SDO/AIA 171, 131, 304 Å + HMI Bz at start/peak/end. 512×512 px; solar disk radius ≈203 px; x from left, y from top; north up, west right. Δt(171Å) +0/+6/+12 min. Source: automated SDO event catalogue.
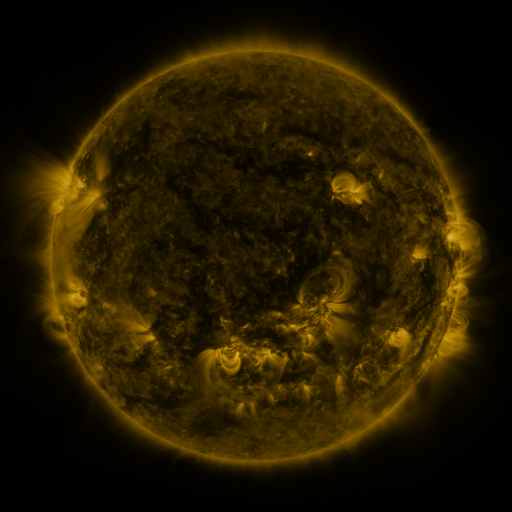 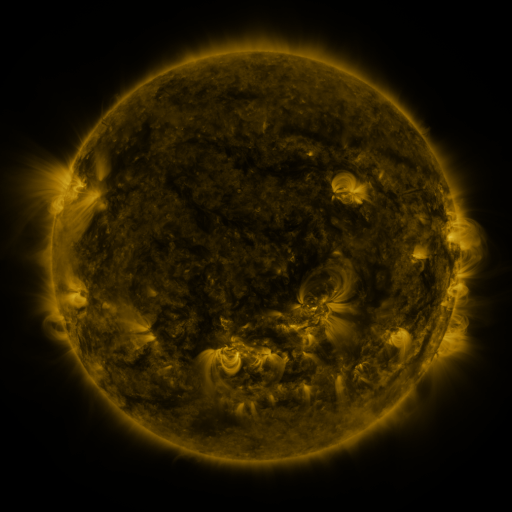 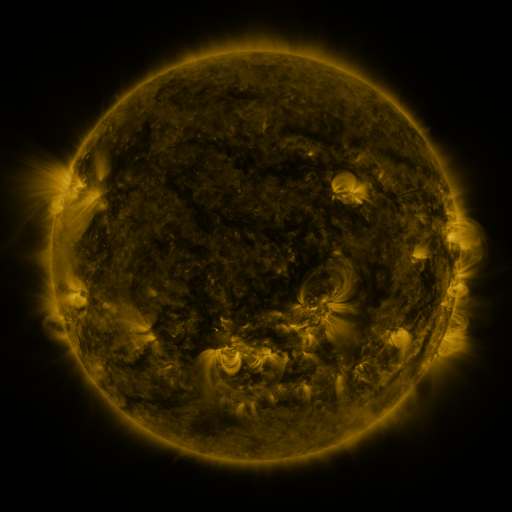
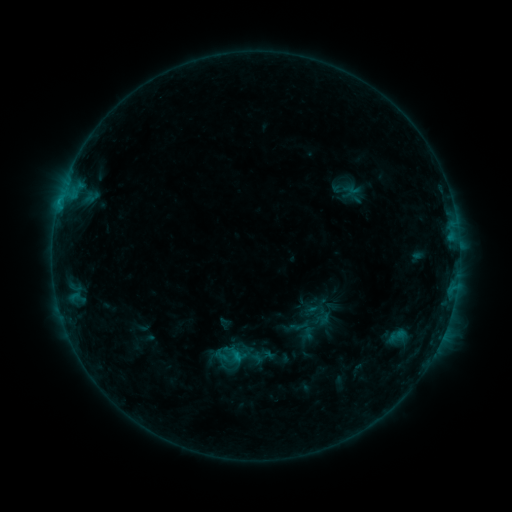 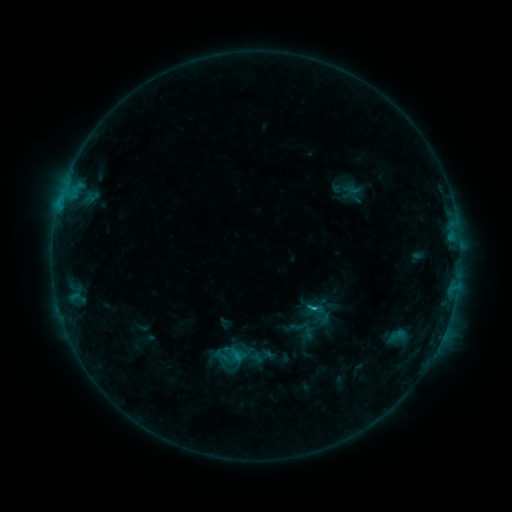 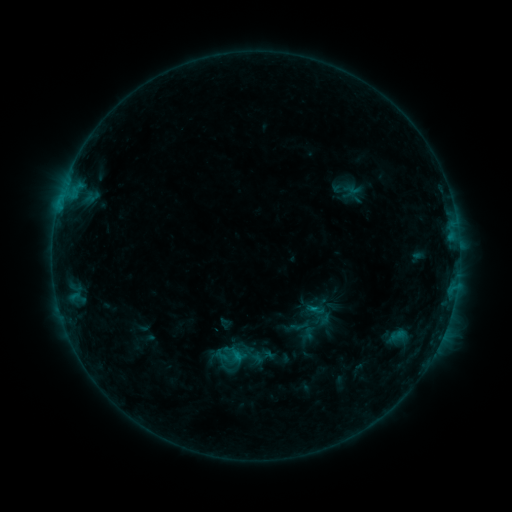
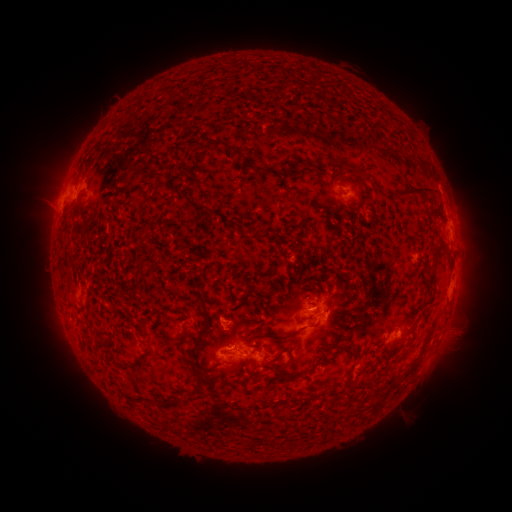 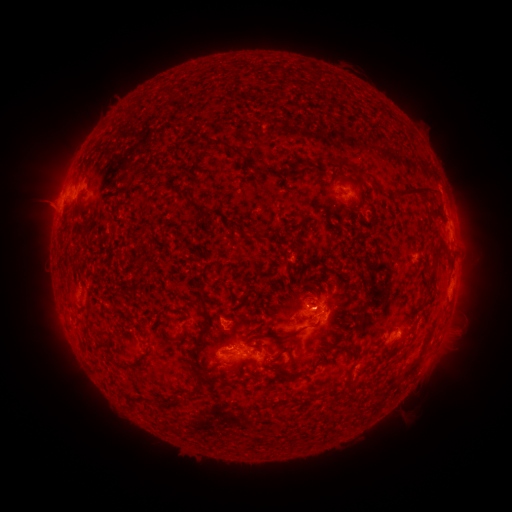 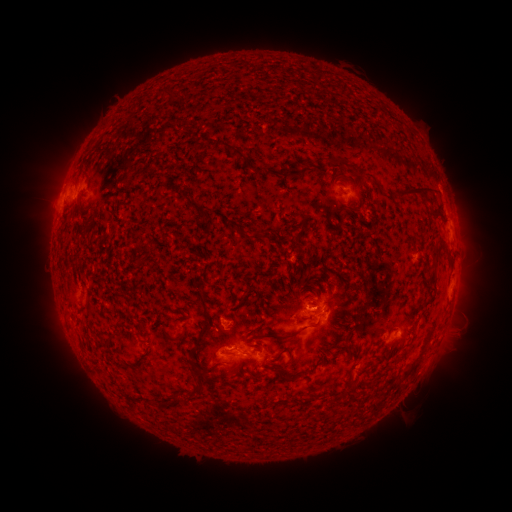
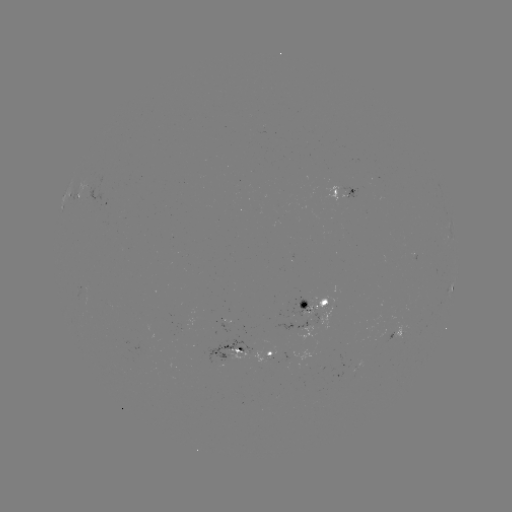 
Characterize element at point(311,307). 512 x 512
C1.2 flare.